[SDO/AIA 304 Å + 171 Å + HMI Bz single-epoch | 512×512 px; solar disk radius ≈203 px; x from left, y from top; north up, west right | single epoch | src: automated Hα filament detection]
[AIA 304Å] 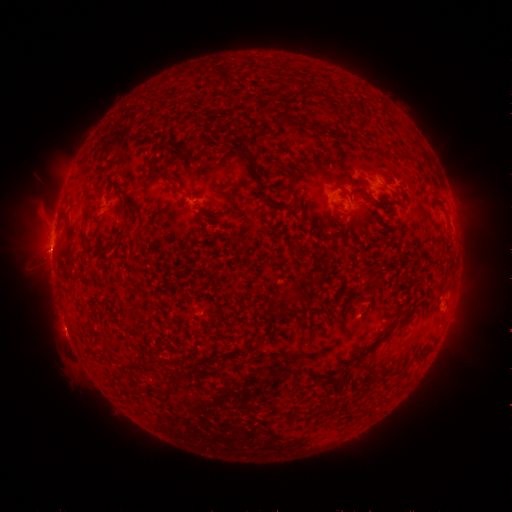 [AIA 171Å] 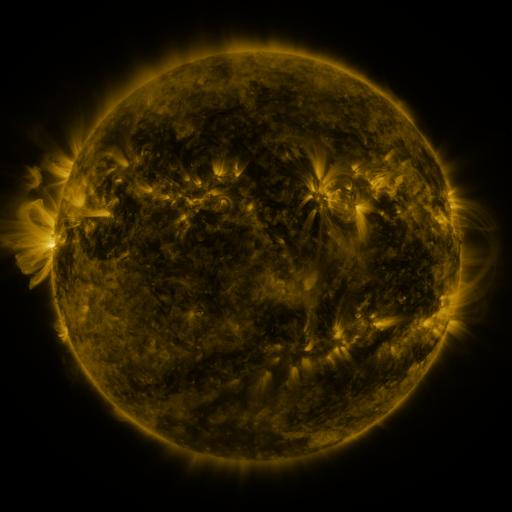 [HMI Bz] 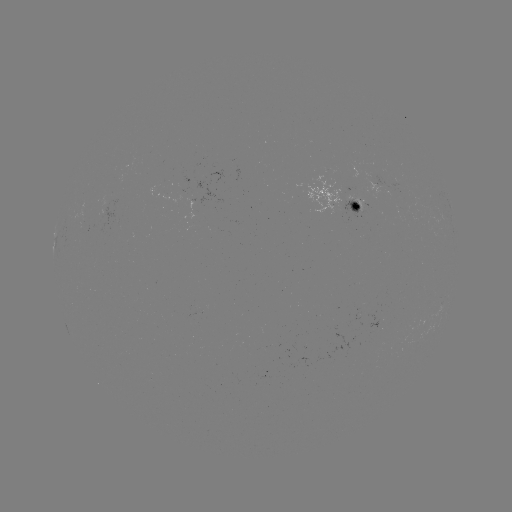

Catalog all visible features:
filament: <bbox>300, 118, 310, 128</bbox>
filament: <bbox>223, 137, 234, 147</bbox>
filament: <bbox>152, 165, 178, 187</bbox>
filament: <bbox>363, 196, 375, 203</bbox>
filament: <bbox>126, 207, 135, 217</bbox>
filament: <bbox>64, 221, 74, 237</bbox>
filament: <bbox>66, 245, 74, 257</bbox>
filament: <bbox>296, 293, 305, 301</bbox>
filament: <bbox>246, 340, 262, 353</bbox>
filament: <bbox>147, 383, 164, 395</bbox>
